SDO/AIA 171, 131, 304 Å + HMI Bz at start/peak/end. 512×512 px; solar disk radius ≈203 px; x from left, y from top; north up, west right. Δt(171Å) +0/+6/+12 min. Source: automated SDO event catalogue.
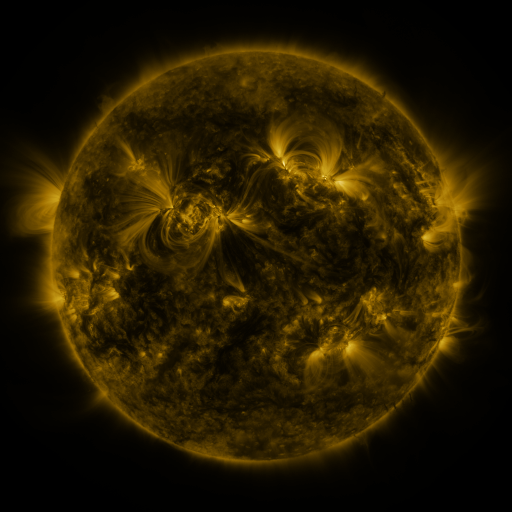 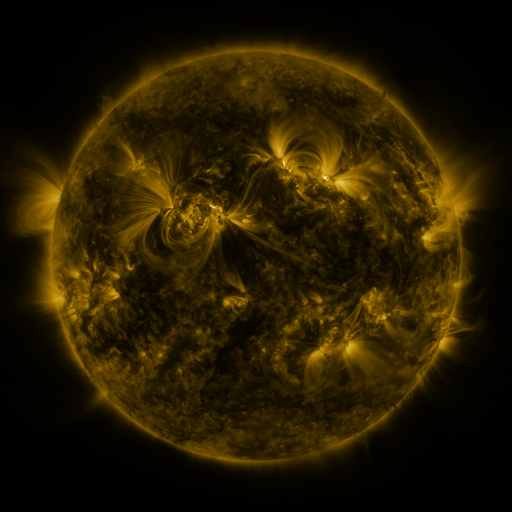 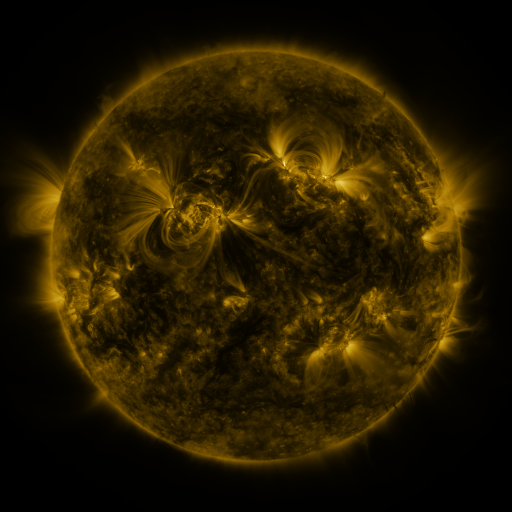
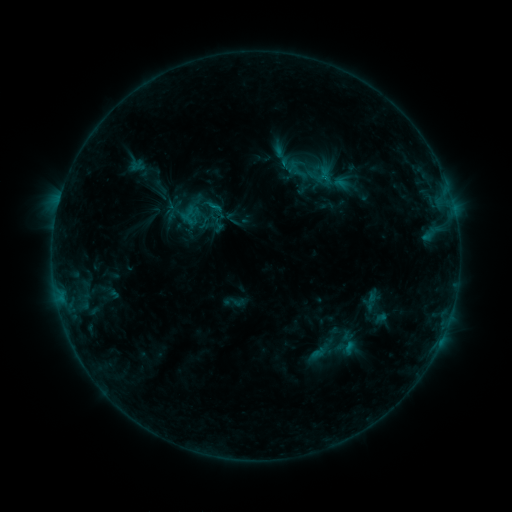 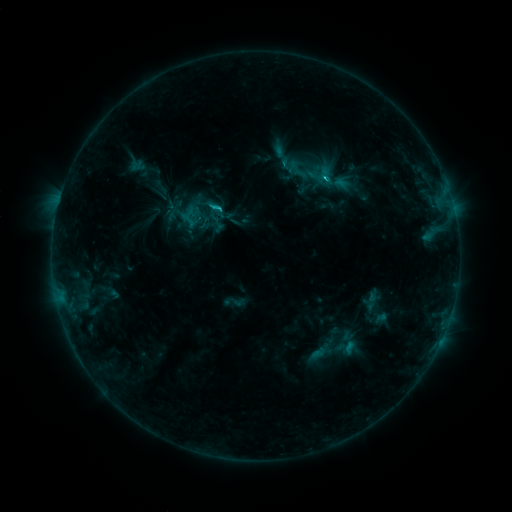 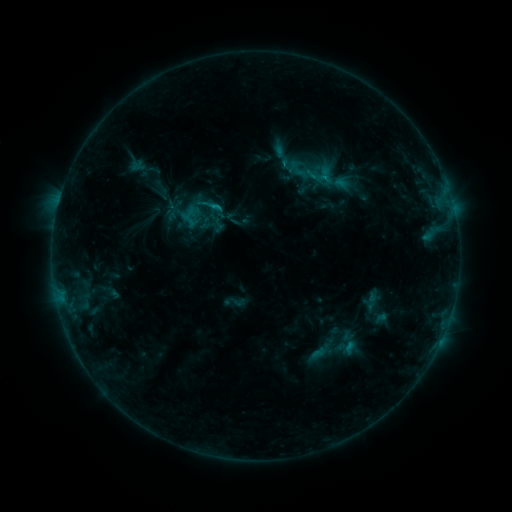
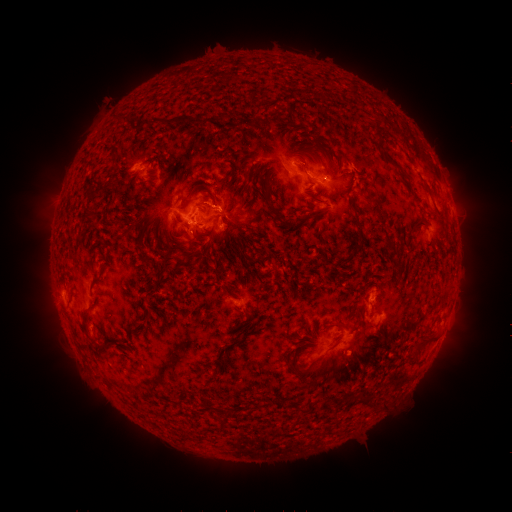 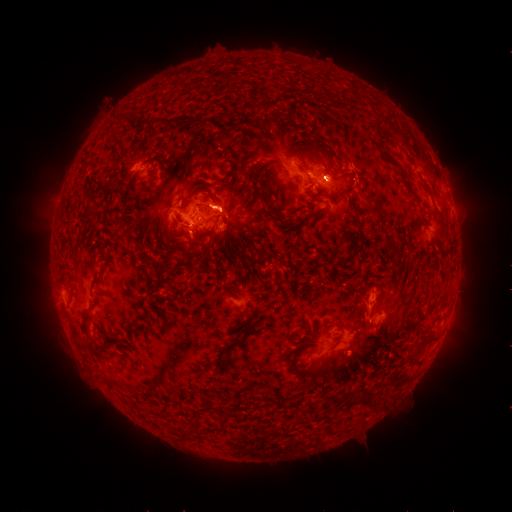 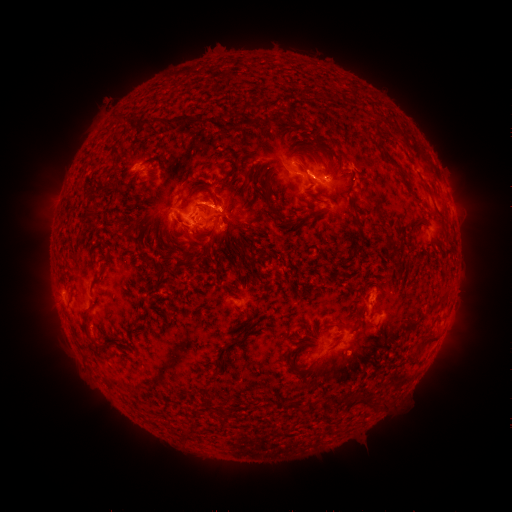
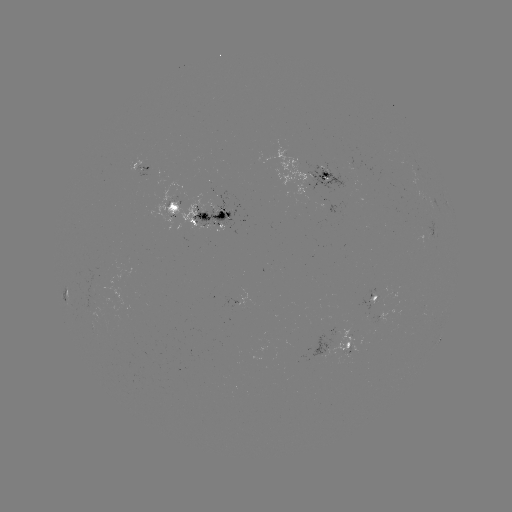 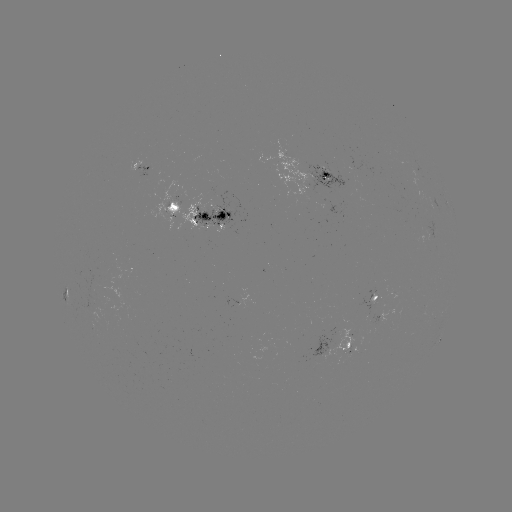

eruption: [258, 133, 350, 210]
